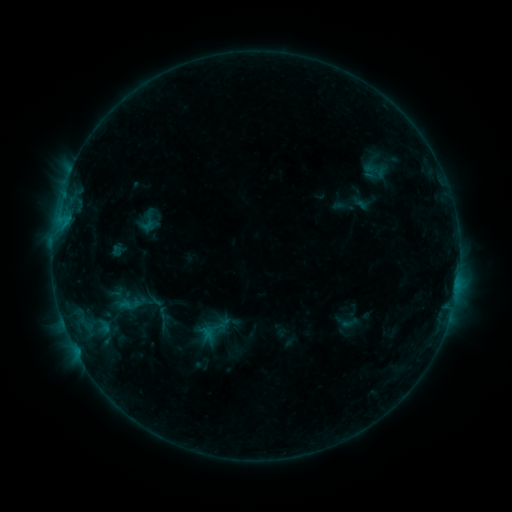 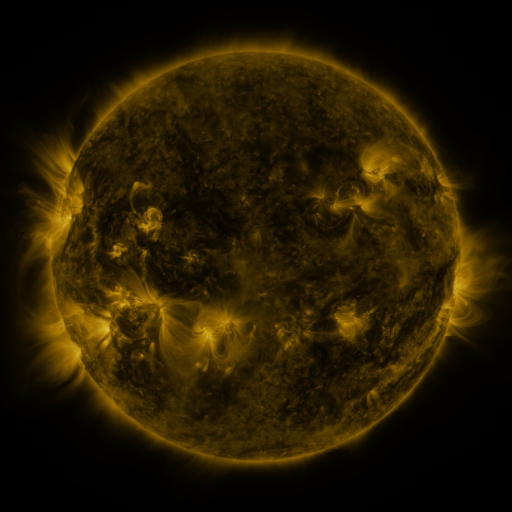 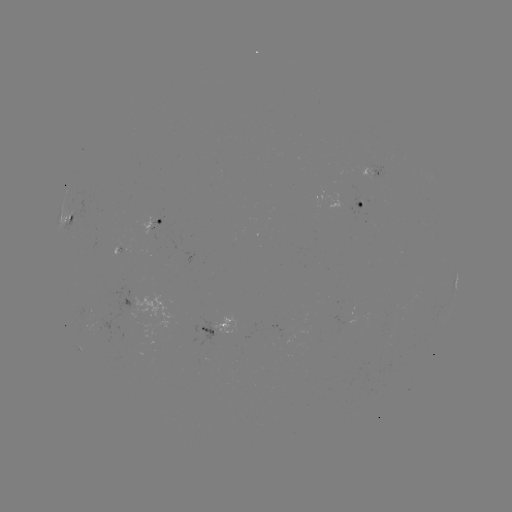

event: sigmoid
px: (146, 223)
